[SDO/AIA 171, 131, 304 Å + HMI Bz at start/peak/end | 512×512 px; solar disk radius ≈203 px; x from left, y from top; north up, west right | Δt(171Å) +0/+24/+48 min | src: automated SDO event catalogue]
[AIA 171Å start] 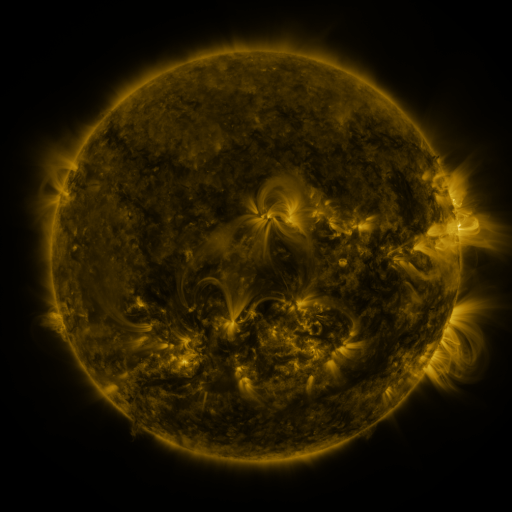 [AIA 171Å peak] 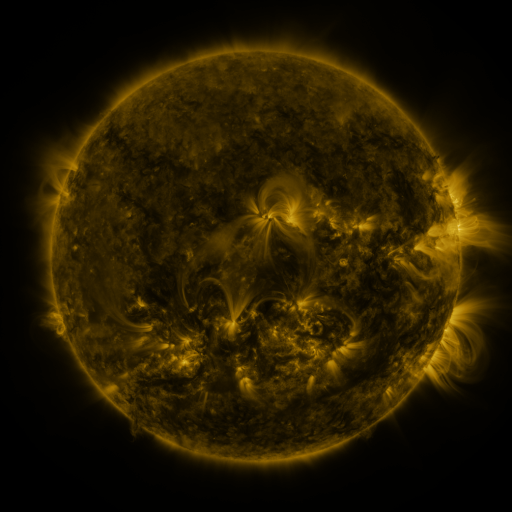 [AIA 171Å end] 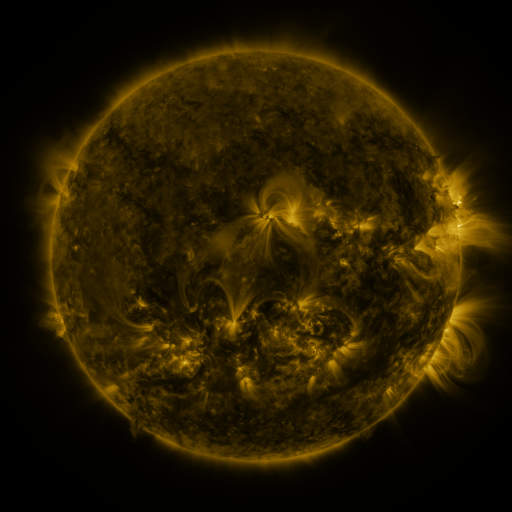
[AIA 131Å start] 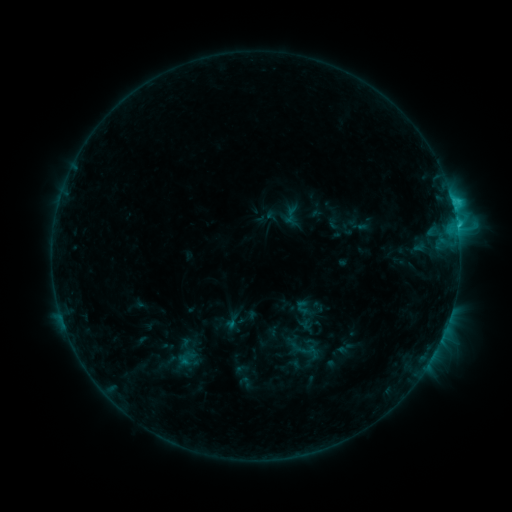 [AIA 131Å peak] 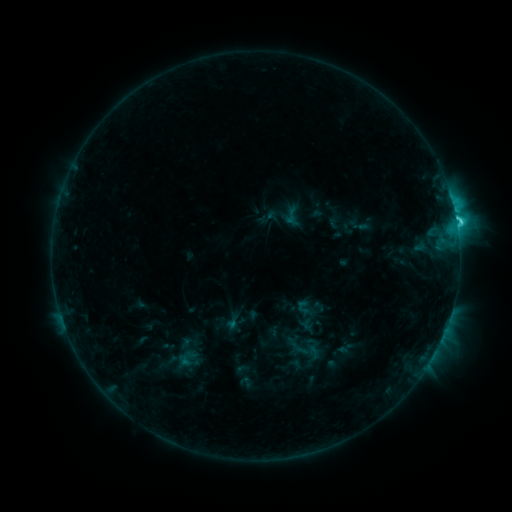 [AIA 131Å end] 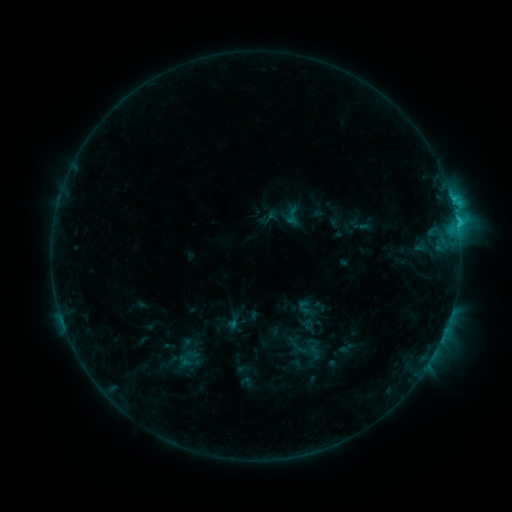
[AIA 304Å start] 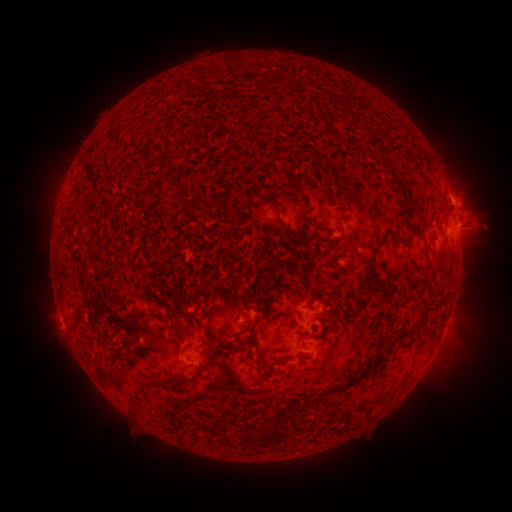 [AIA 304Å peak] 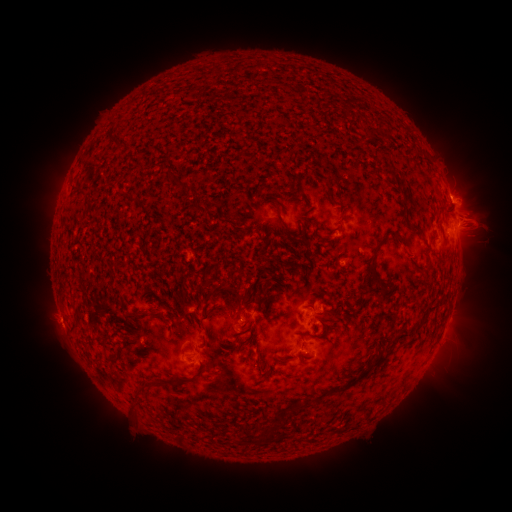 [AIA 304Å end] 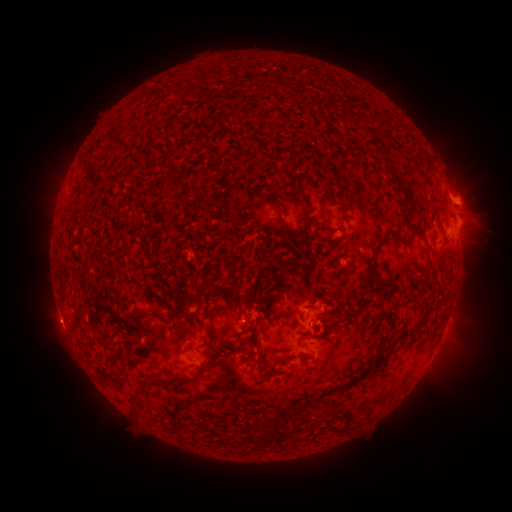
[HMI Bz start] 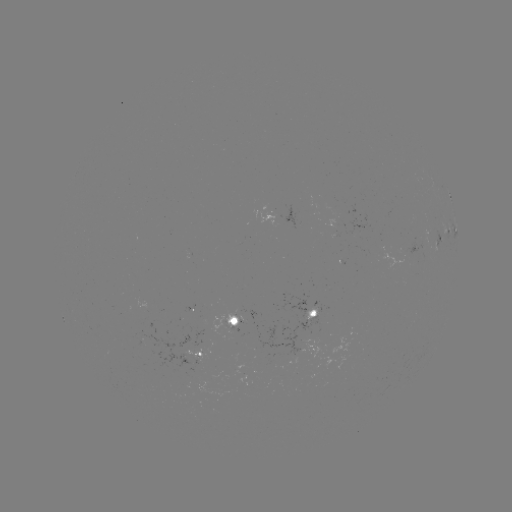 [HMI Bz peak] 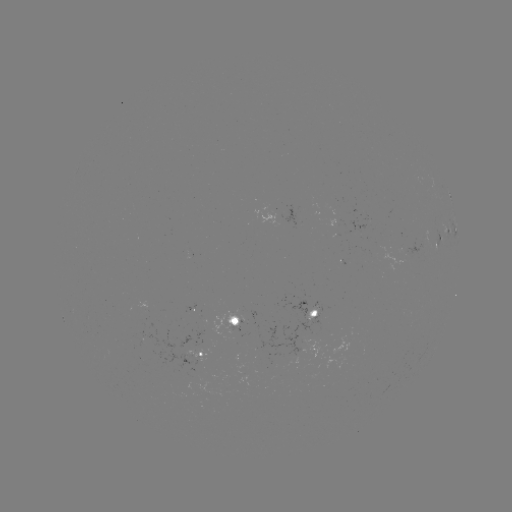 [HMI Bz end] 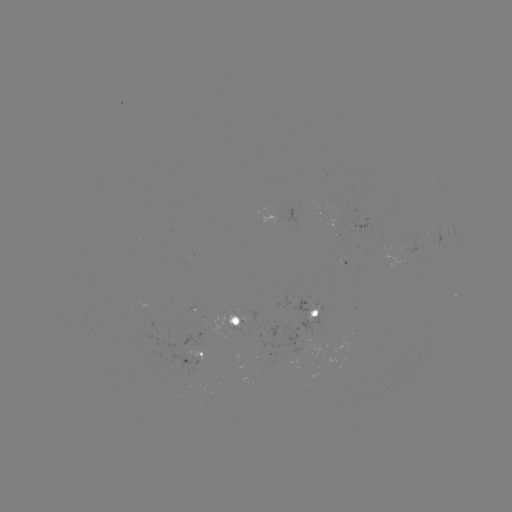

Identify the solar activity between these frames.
C3.7 flare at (456, 224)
